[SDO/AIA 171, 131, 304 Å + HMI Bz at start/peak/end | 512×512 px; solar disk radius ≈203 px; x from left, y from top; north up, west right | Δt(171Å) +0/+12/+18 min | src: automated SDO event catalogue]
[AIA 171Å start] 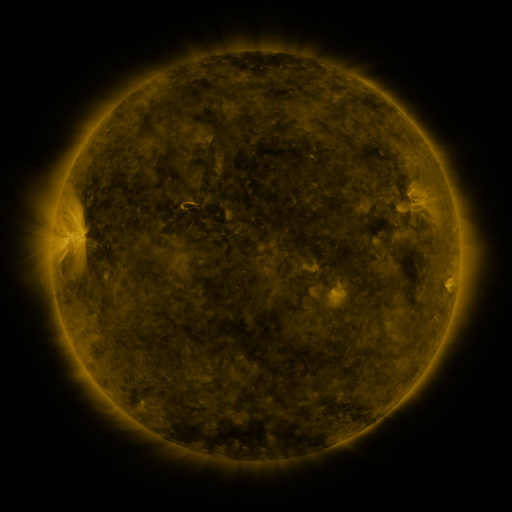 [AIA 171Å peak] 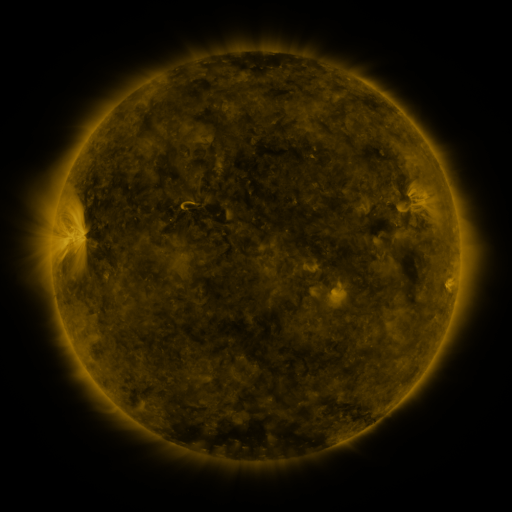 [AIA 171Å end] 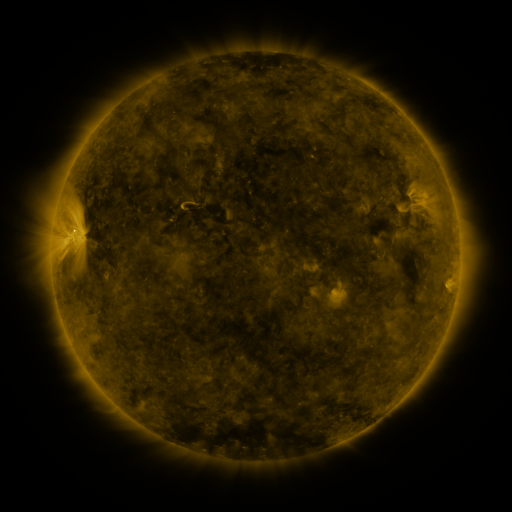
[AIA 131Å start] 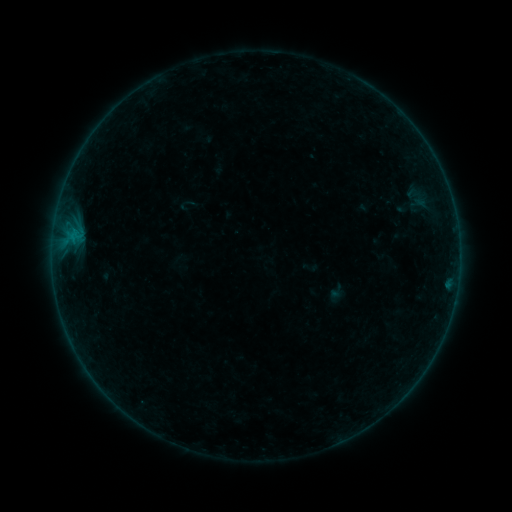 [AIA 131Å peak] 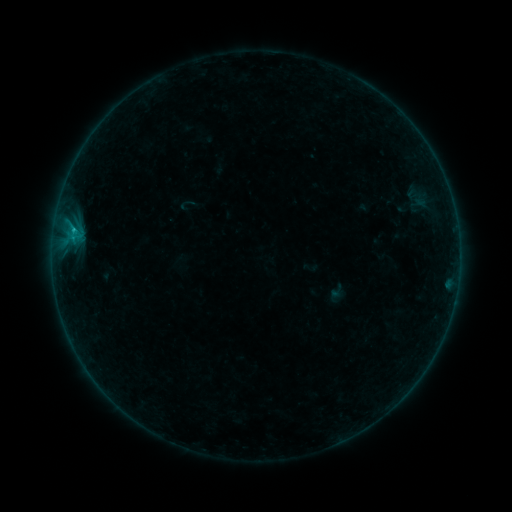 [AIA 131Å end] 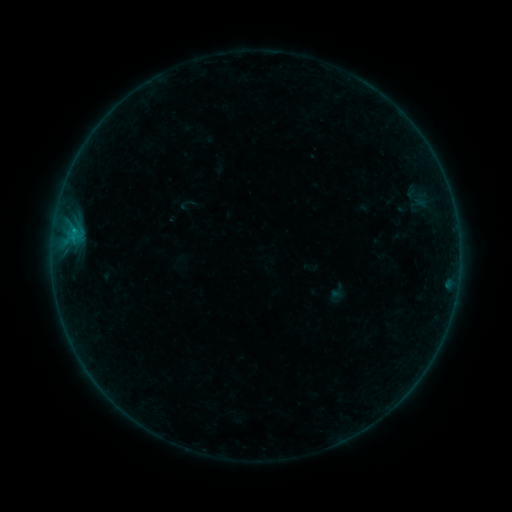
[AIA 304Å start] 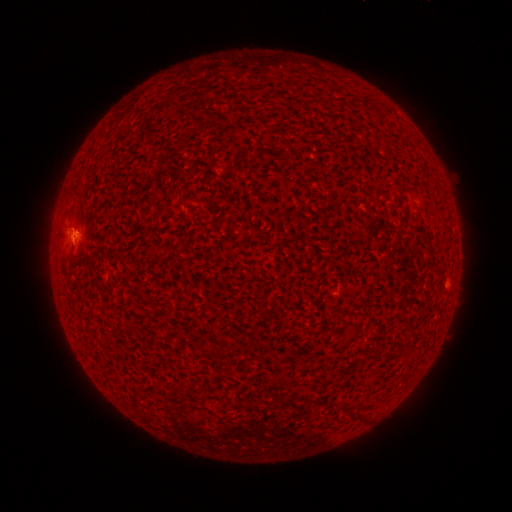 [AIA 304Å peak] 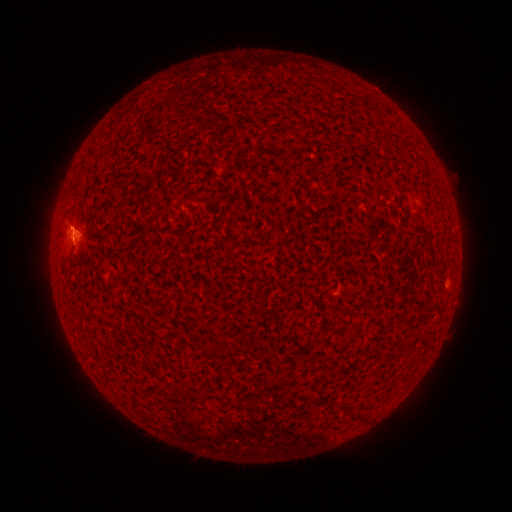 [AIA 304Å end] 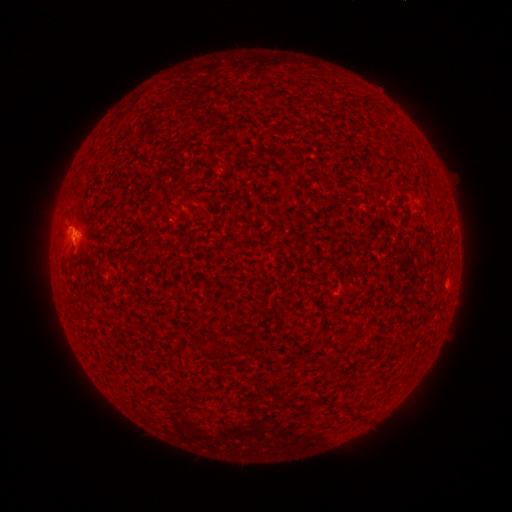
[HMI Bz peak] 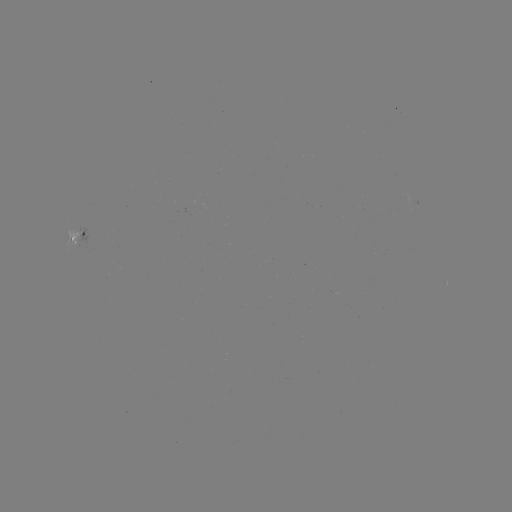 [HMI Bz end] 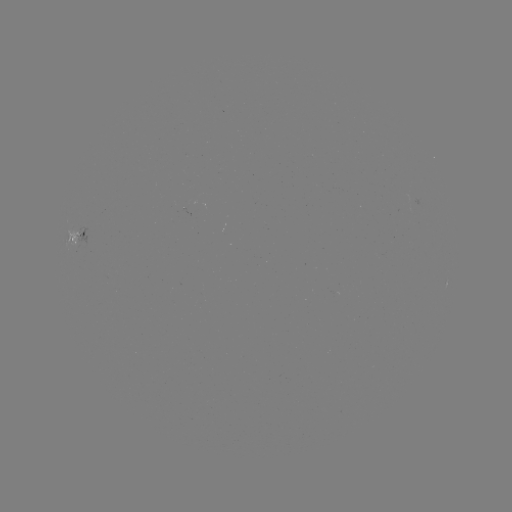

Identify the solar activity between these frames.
B5.3 flare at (75, 233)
